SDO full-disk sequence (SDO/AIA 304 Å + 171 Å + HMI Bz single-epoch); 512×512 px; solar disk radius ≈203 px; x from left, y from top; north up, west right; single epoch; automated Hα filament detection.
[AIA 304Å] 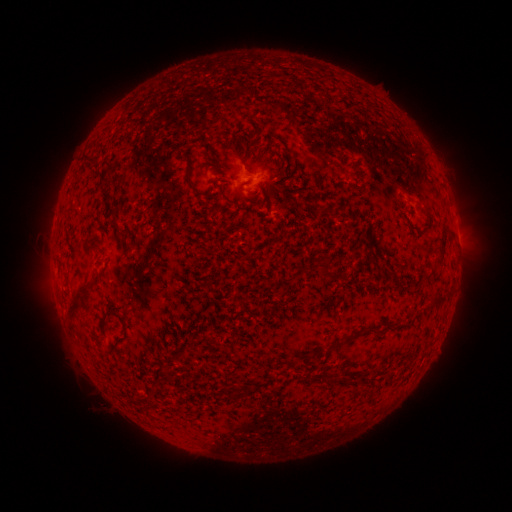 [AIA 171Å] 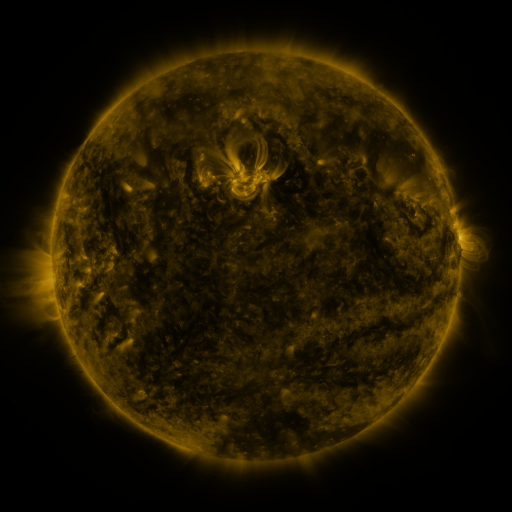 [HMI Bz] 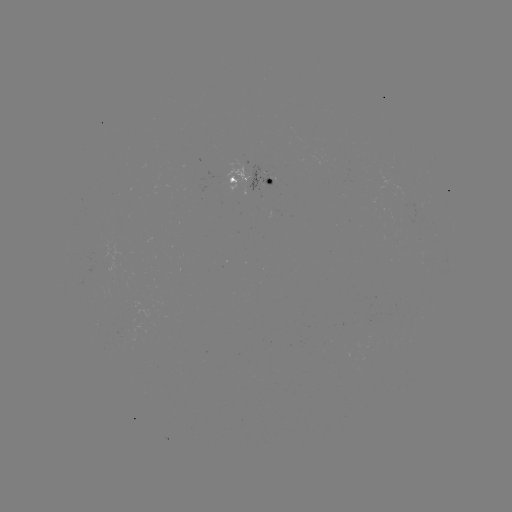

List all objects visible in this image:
filament: (232, 148)
filament: (90, 160)
filament: (341, 168)
filament: (190, 183)
filament: (429, 218)
filament: (324, 267)
filament: (74, 301)
filament: (438, 301)
filament: (343, 342)
filament: (169, 376)
filament: (149, 396)
